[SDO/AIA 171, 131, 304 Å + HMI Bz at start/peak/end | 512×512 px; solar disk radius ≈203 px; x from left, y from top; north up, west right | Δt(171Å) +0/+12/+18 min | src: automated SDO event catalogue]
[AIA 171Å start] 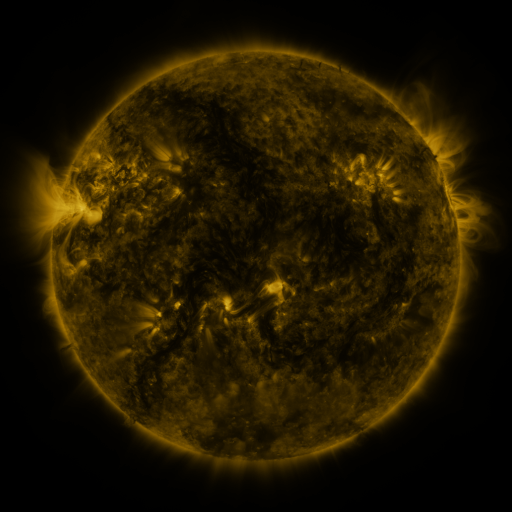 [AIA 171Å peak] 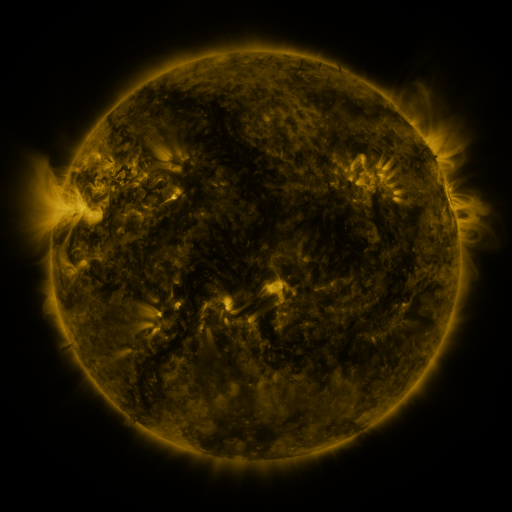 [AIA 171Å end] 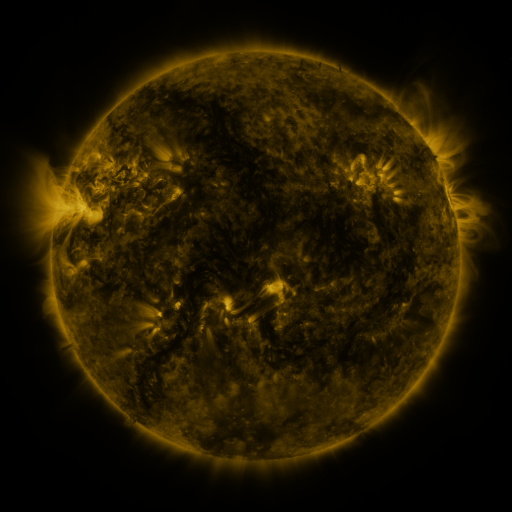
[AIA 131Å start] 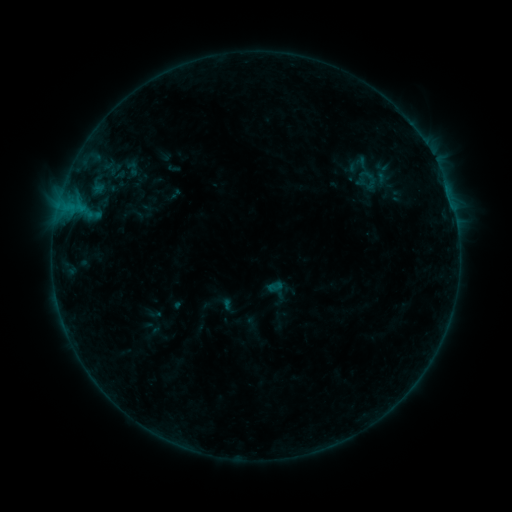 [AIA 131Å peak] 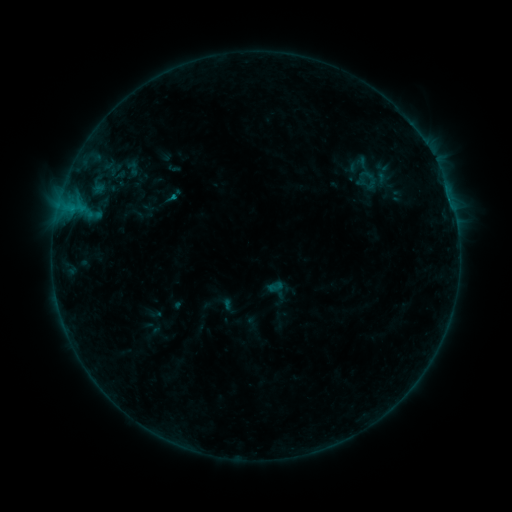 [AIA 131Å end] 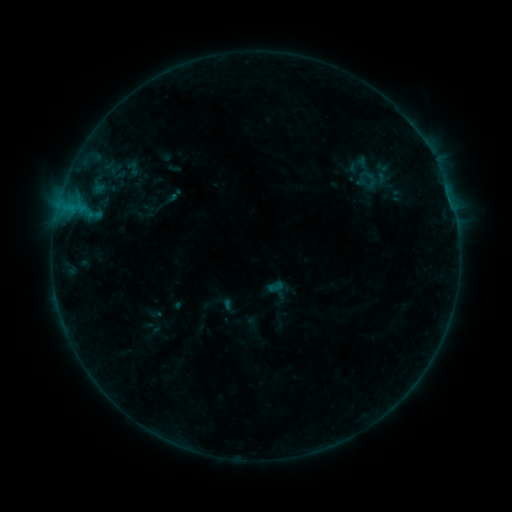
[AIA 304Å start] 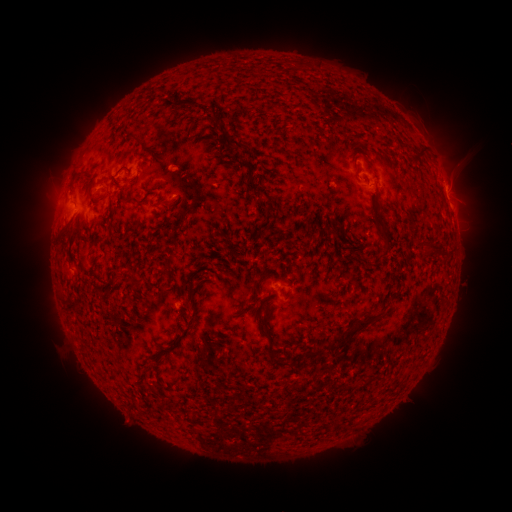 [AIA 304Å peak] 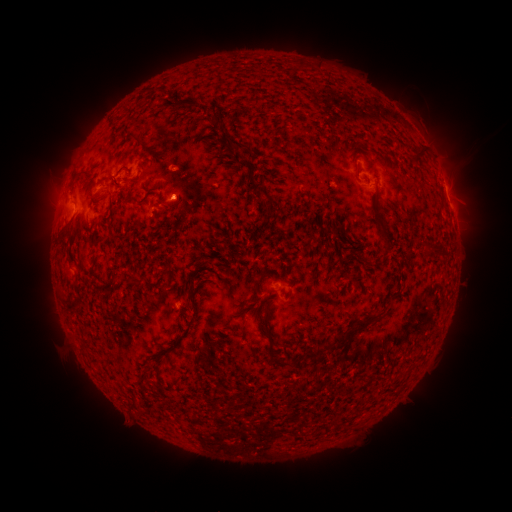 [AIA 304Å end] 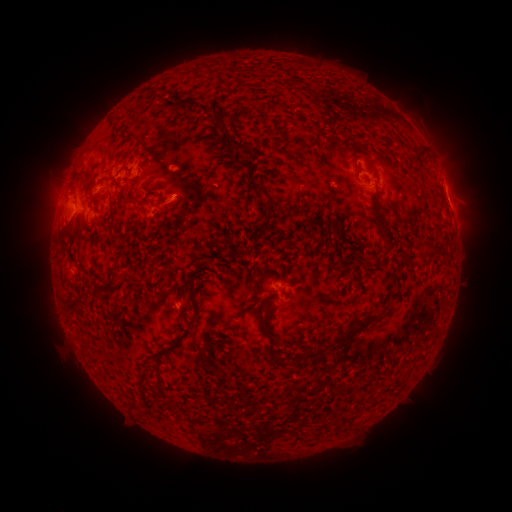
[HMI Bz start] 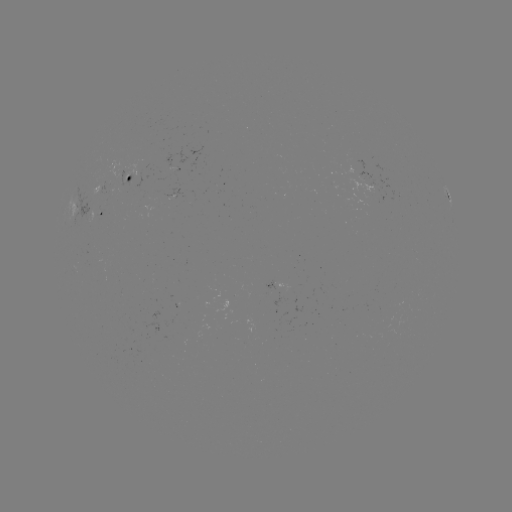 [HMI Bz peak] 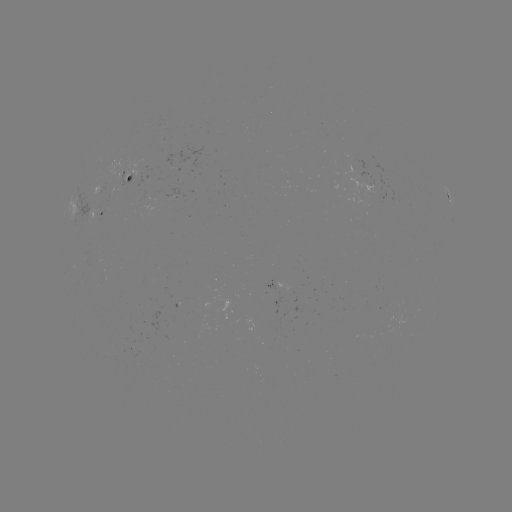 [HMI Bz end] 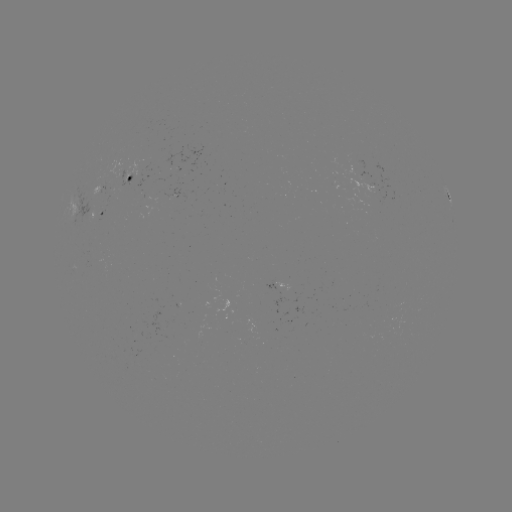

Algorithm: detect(B3.8 flare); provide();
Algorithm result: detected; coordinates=(174, 197)